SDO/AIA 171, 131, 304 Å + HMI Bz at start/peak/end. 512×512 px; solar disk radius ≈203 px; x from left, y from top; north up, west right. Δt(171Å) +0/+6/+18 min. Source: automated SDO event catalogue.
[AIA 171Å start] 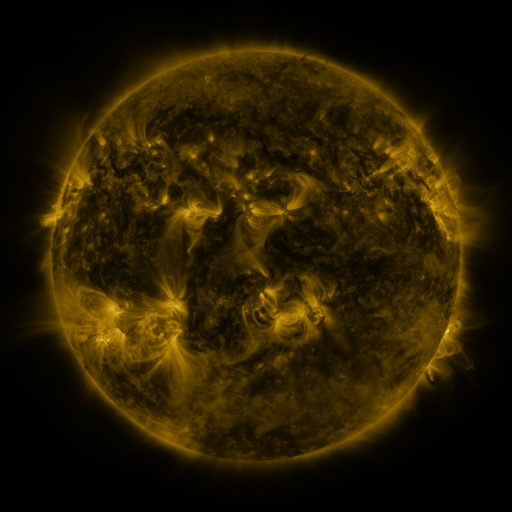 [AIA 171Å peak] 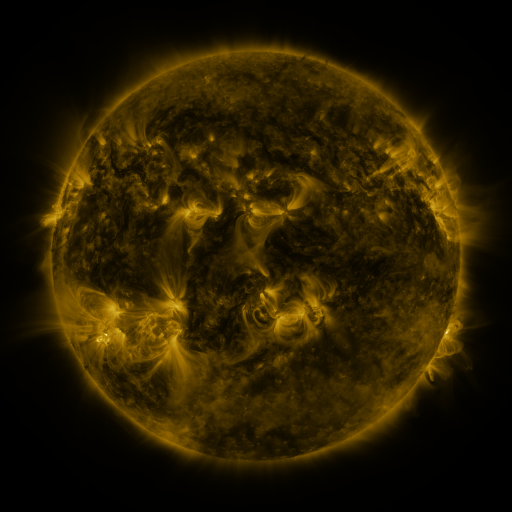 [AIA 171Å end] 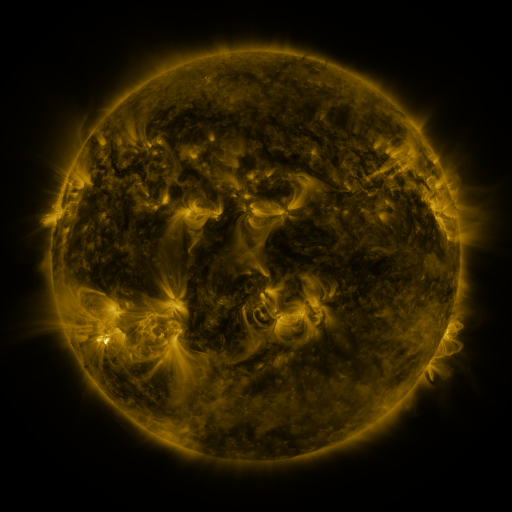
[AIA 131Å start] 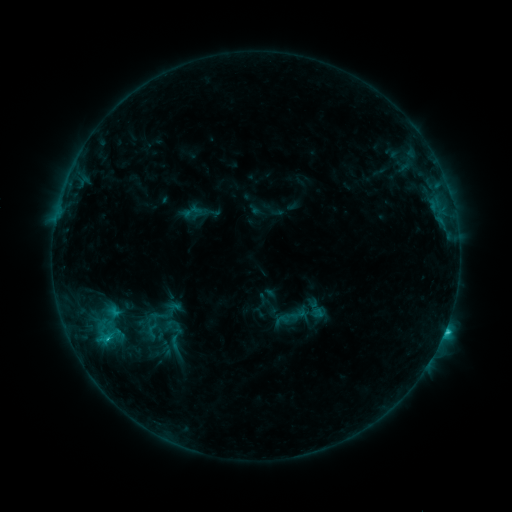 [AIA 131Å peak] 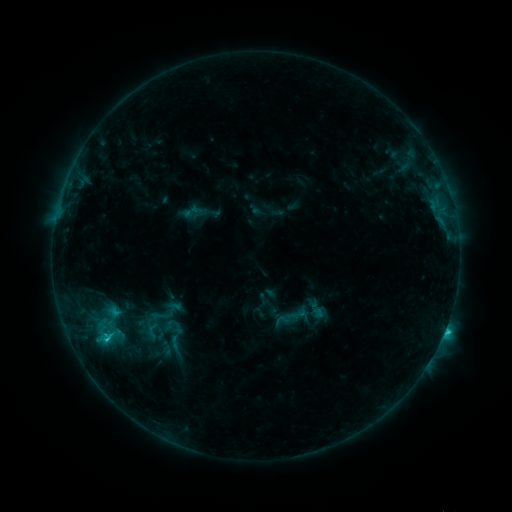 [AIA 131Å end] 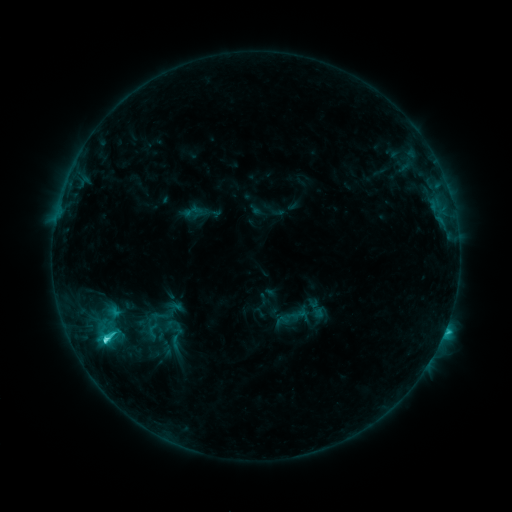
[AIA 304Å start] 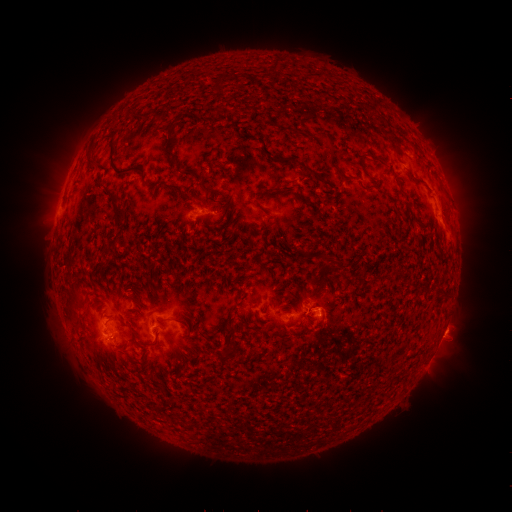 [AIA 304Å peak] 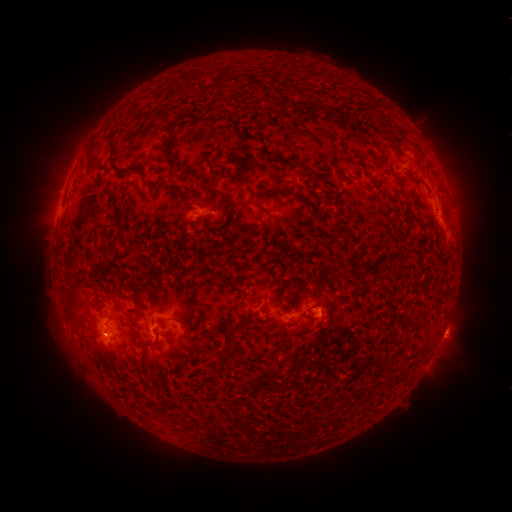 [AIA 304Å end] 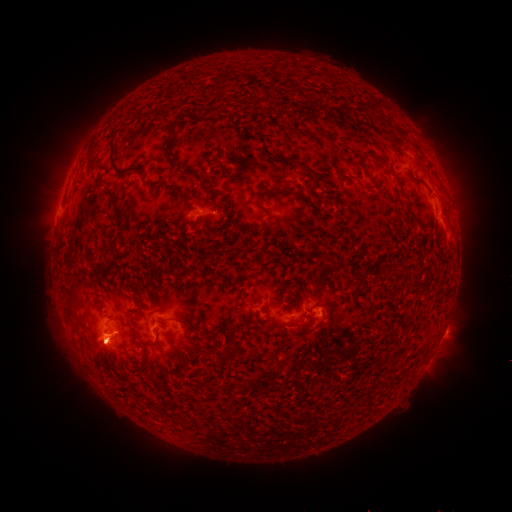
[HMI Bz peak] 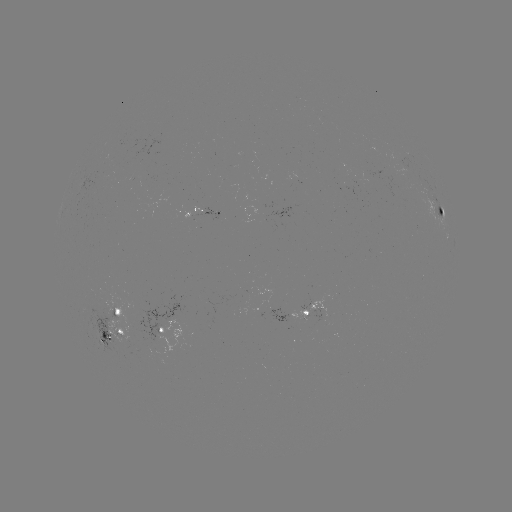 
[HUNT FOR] eruption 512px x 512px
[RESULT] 463,195